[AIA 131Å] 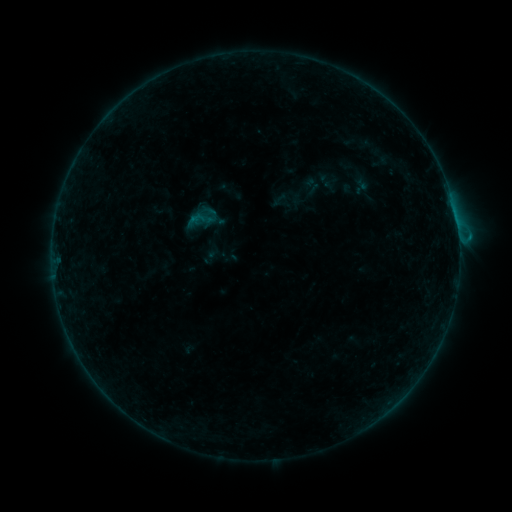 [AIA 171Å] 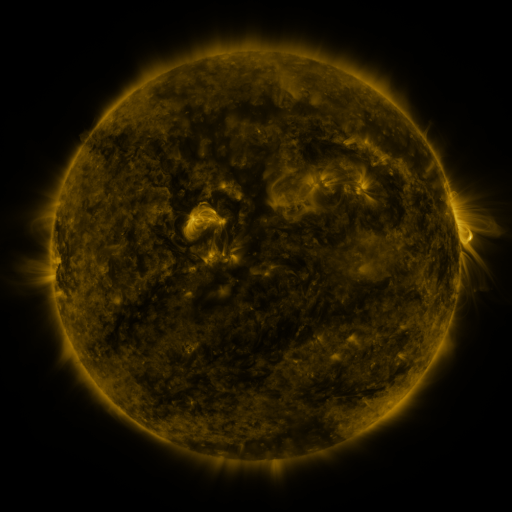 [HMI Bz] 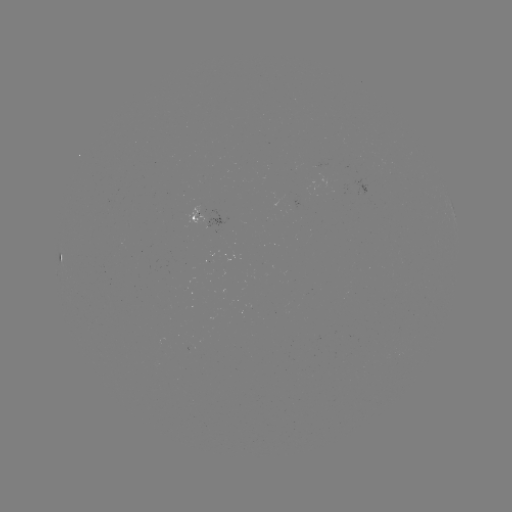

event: sigmoid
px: (201, 219)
